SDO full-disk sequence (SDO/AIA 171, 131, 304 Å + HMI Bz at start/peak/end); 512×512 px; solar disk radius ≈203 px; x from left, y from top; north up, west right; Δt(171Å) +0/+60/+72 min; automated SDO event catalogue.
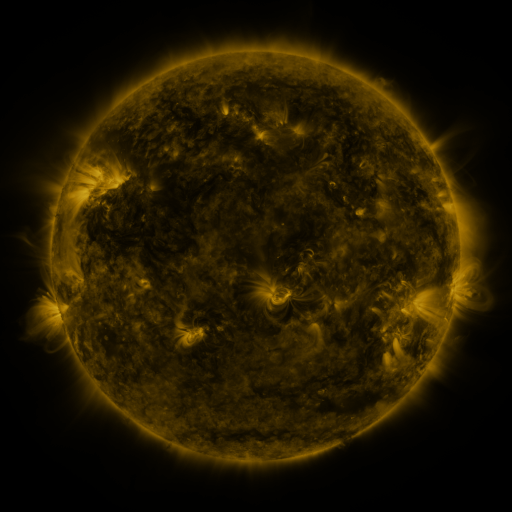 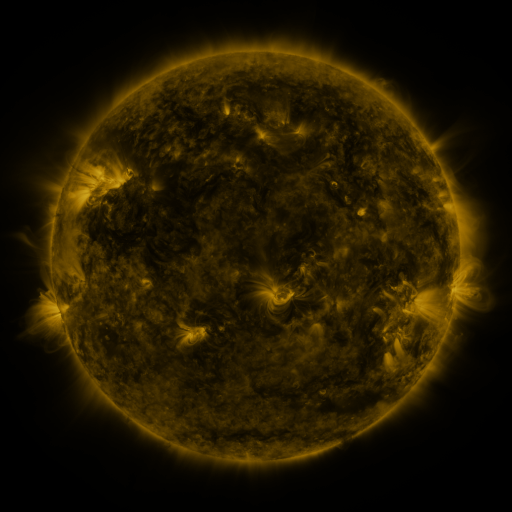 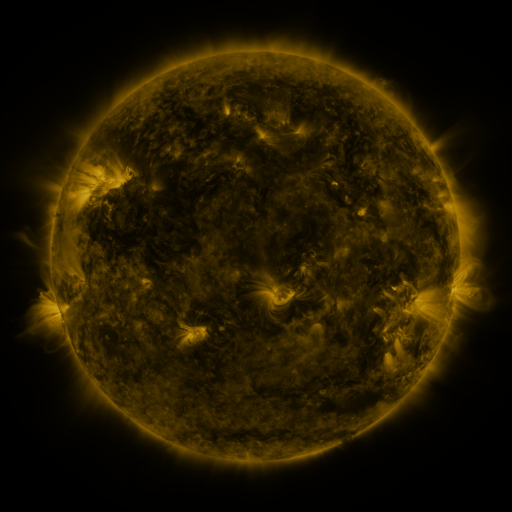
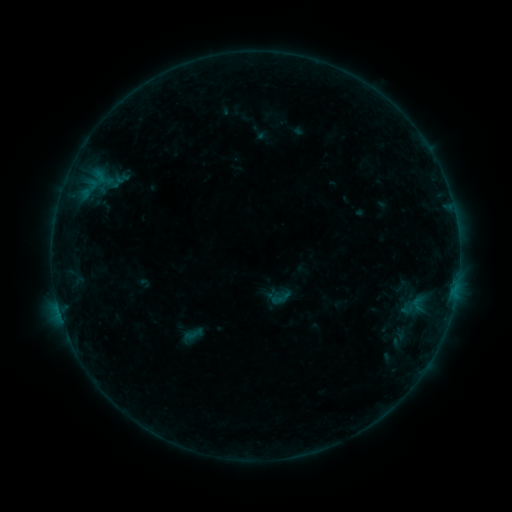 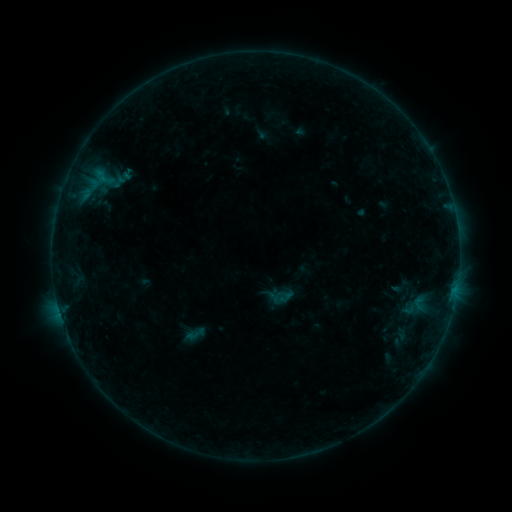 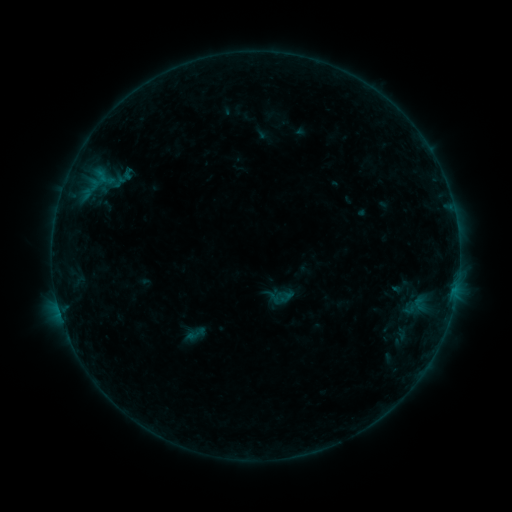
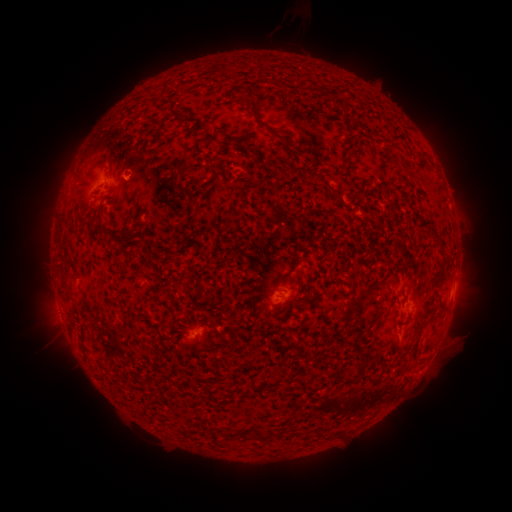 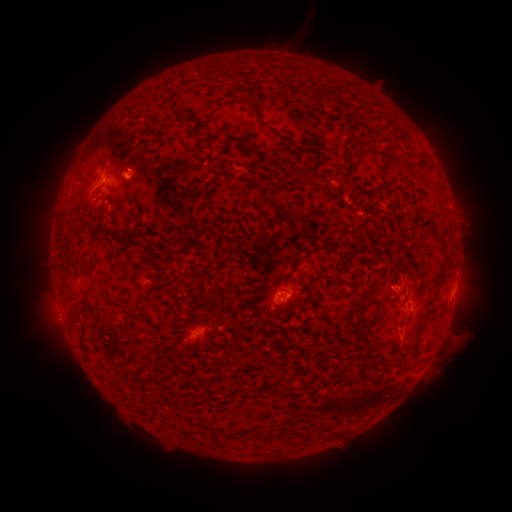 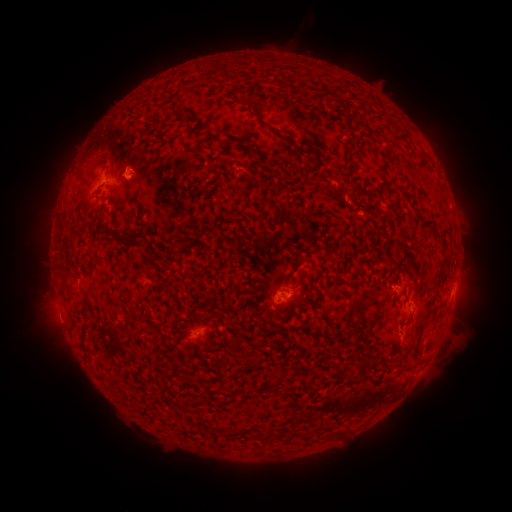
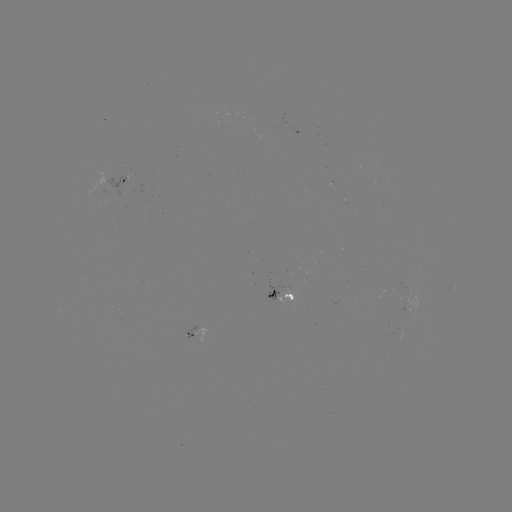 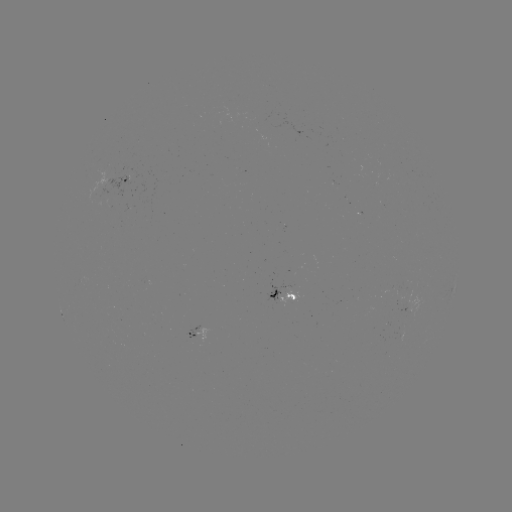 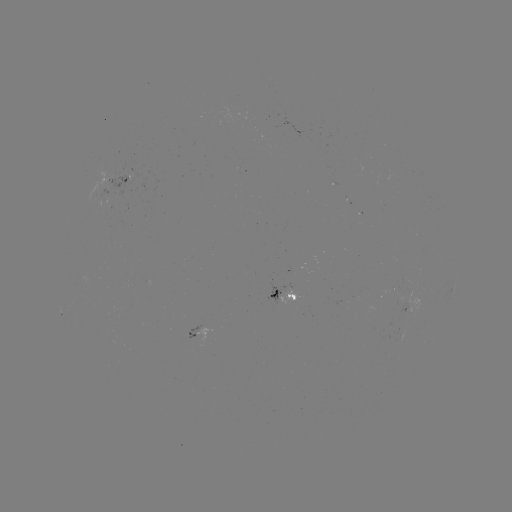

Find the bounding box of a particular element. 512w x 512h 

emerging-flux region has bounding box [278, 283, 297, 307].